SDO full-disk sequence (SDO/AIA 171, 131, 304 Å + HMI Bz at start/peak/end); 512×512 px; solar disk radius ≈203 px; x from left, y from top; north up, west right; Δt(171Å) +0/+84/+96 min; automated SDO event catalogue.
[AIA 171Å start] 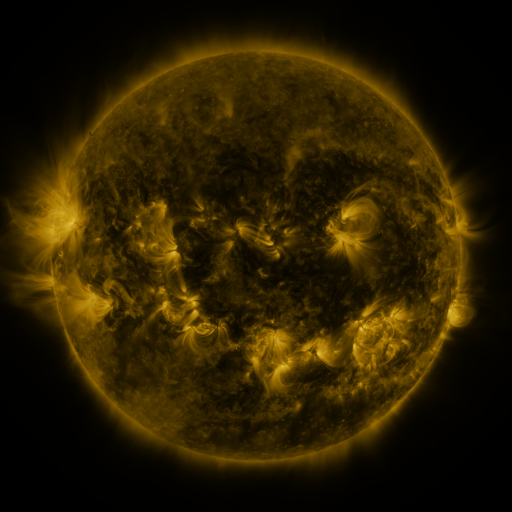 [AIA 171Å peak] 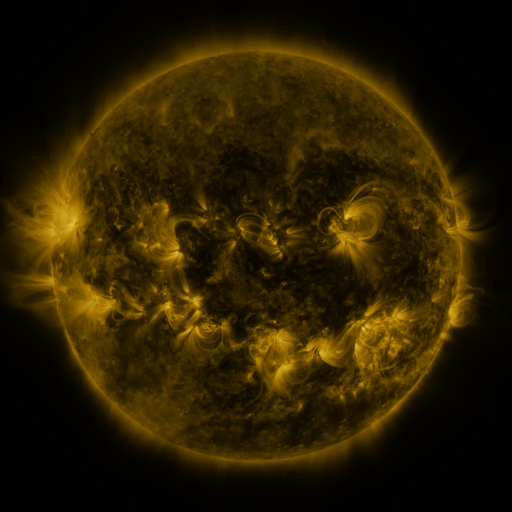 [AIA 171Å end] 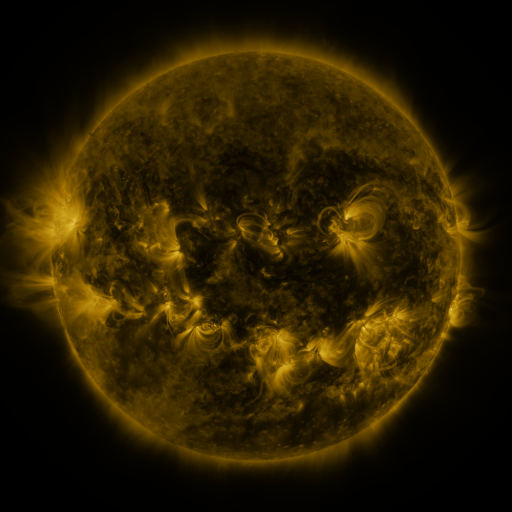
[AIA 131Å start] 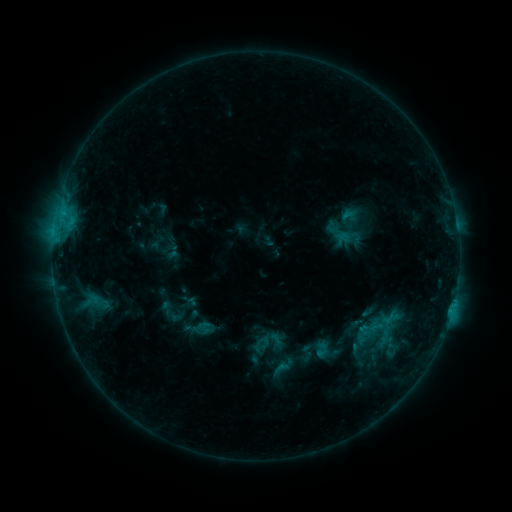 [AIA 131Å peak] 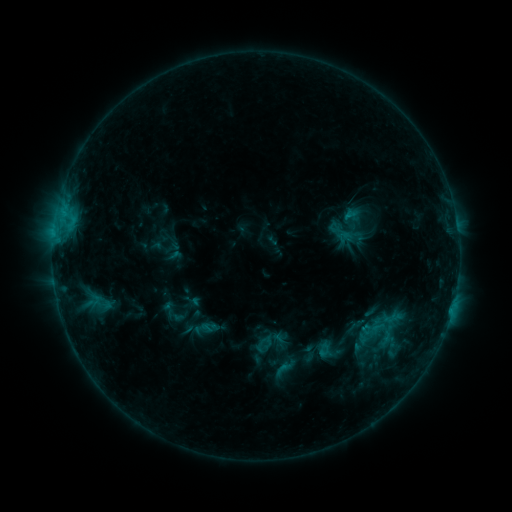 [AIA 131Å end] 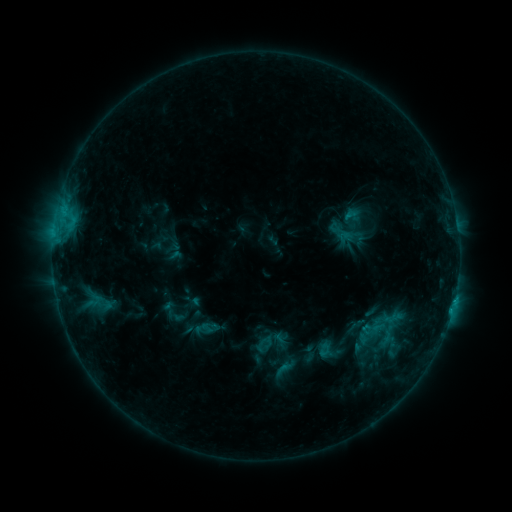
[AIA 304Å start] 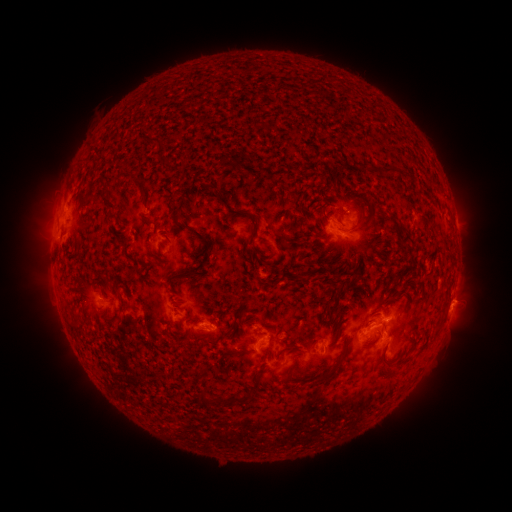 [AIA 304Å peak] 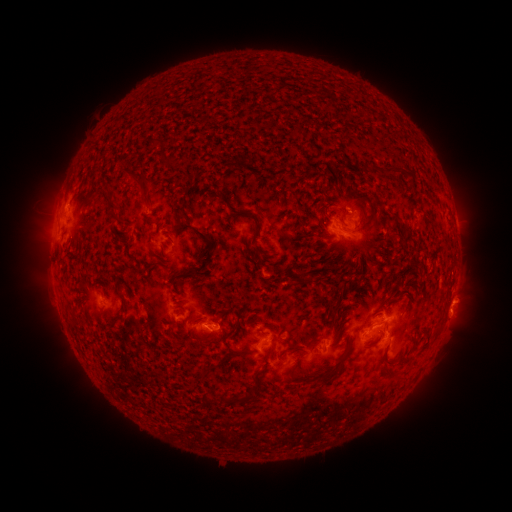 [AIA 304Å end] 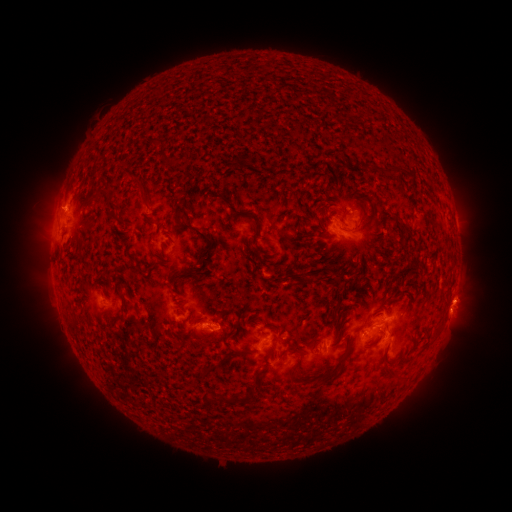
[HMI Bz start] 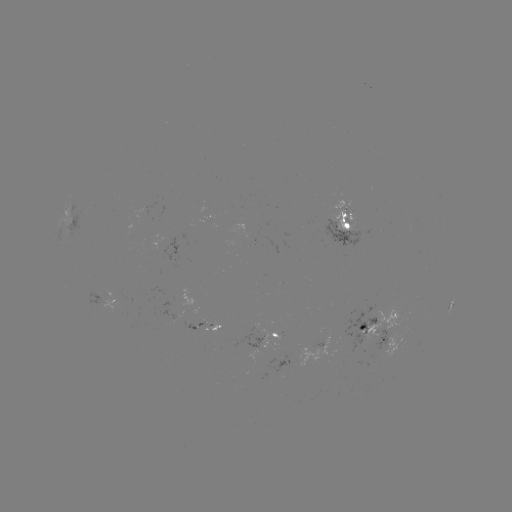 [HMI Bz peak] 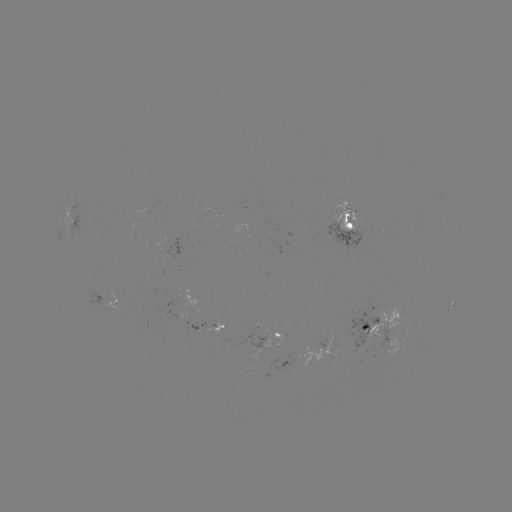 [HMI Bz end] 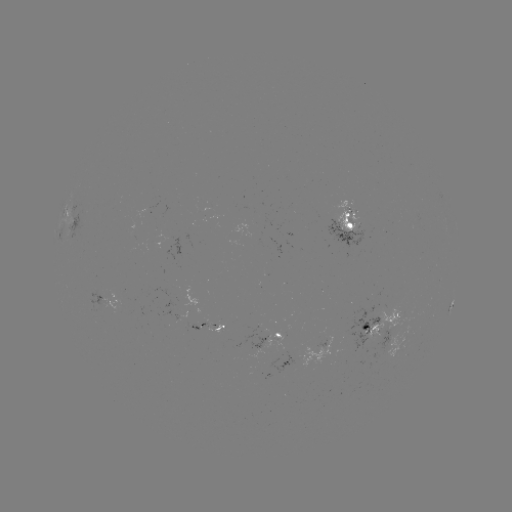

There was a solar emerging-flux region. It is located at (348, 216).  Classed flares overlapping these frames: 1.